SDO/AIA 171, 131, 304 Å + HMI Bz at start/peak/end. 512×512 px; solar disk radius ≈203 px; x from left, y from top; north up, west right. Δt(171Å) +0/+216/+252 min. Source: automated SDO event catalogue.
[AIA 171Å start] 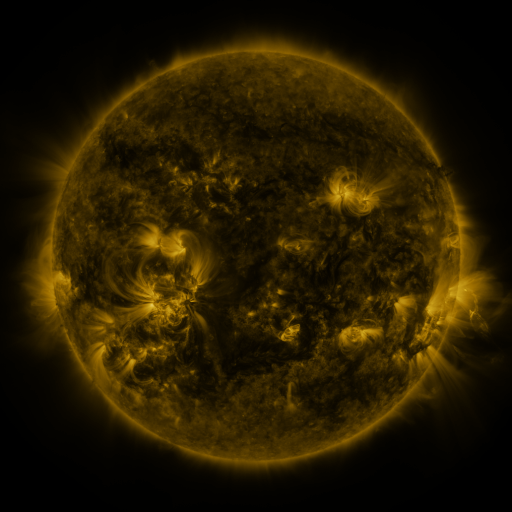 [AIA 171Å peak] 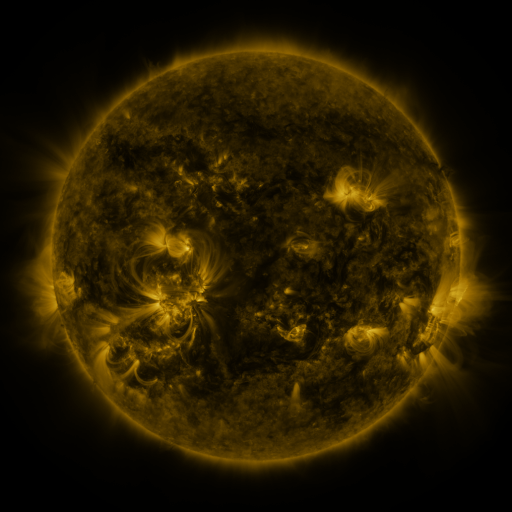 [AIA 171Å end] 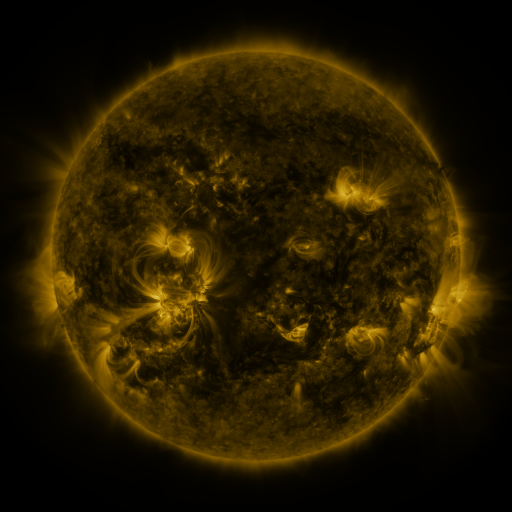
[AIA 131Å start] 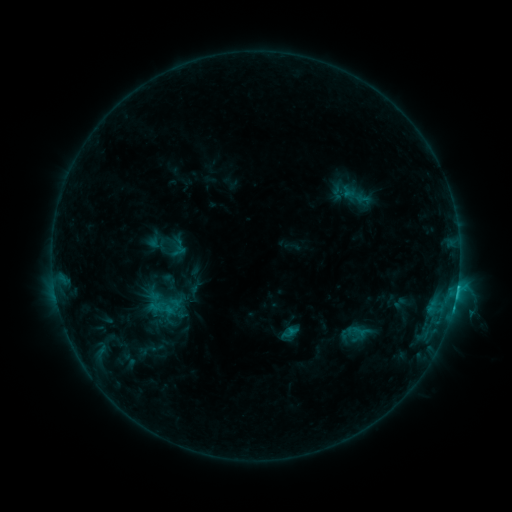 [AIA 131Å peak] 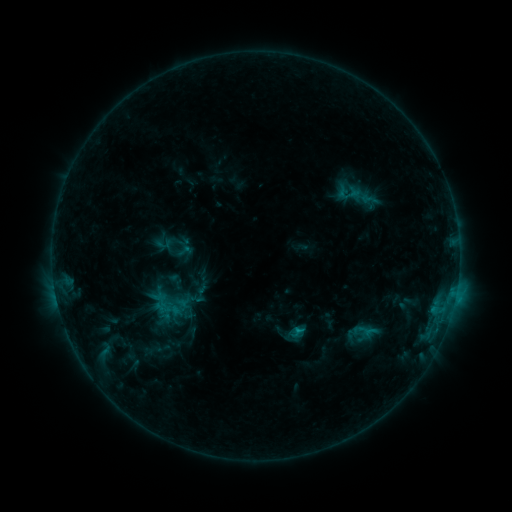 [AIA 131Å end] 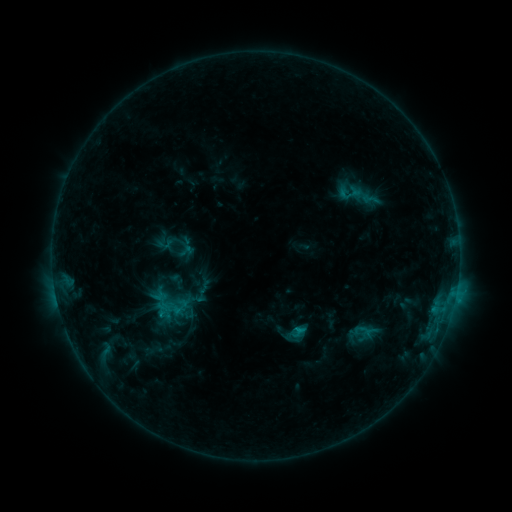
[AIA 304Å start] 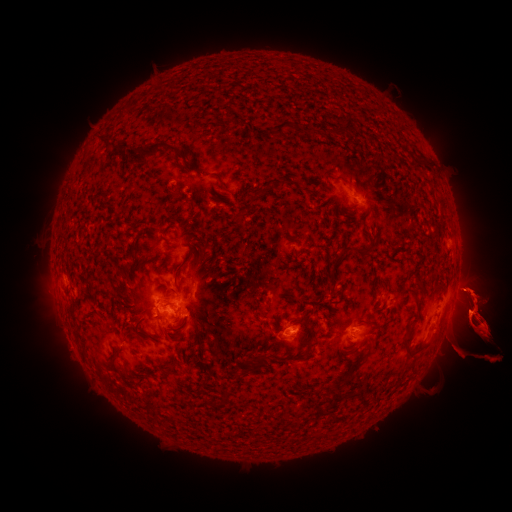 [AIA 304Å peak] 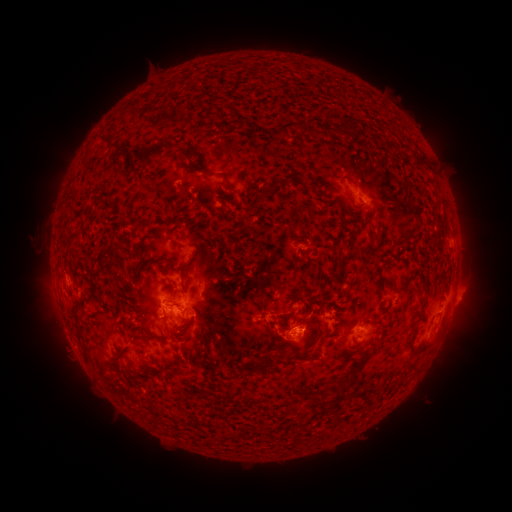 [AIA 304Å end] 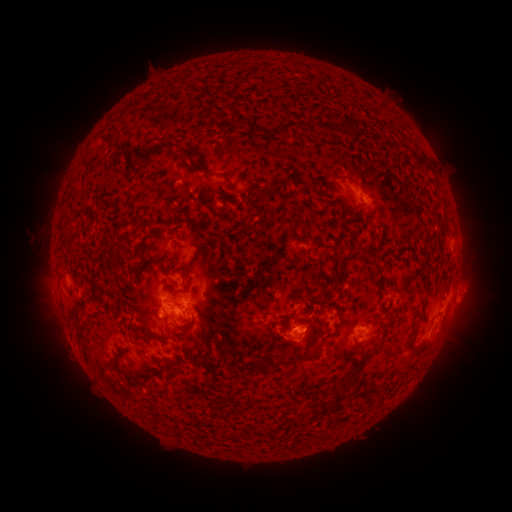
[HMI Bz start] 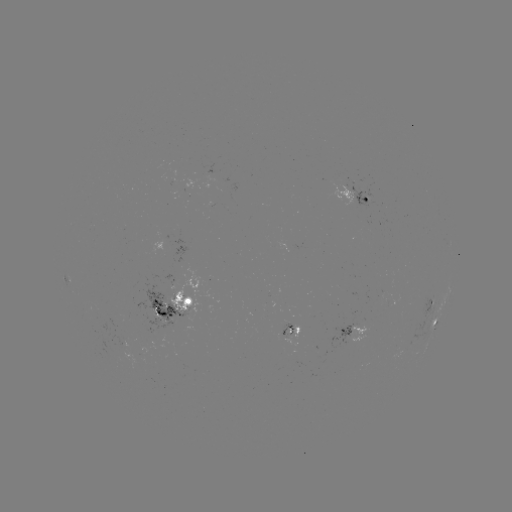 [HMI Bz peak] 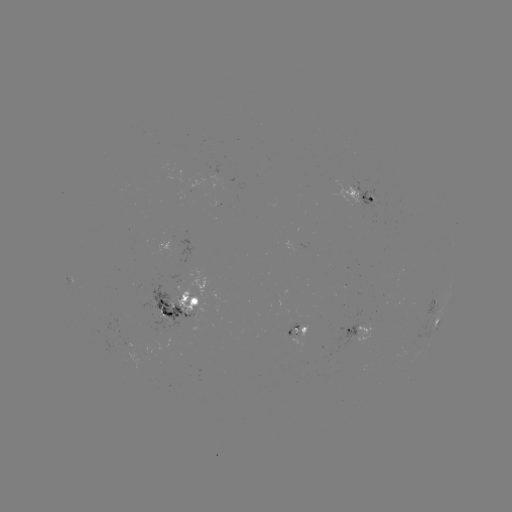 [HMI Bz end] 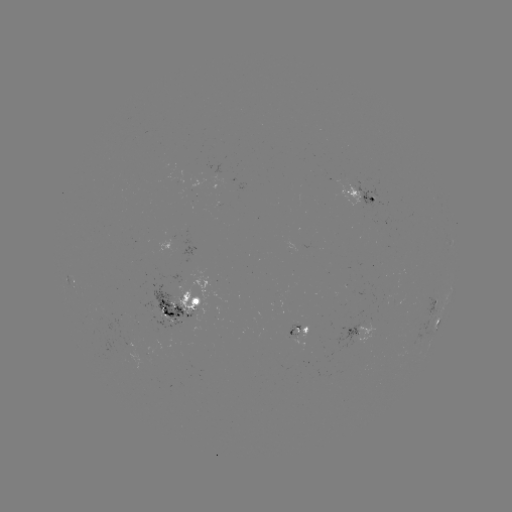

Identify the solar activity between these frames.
emerging-flux region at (347, 183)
